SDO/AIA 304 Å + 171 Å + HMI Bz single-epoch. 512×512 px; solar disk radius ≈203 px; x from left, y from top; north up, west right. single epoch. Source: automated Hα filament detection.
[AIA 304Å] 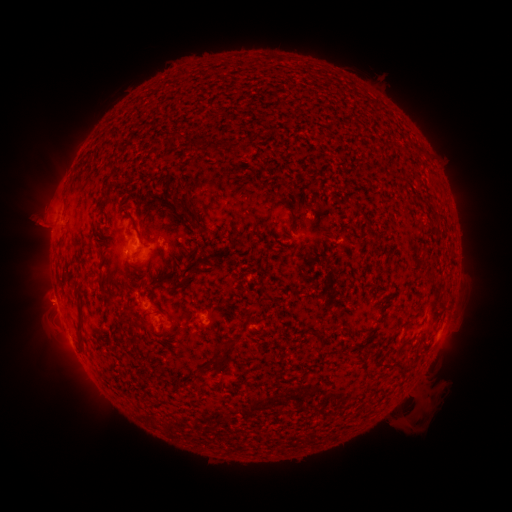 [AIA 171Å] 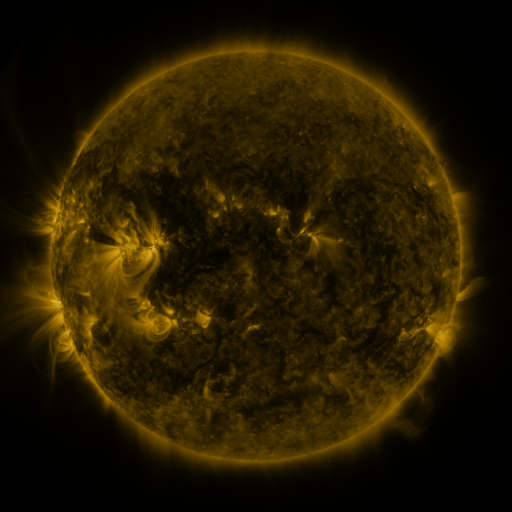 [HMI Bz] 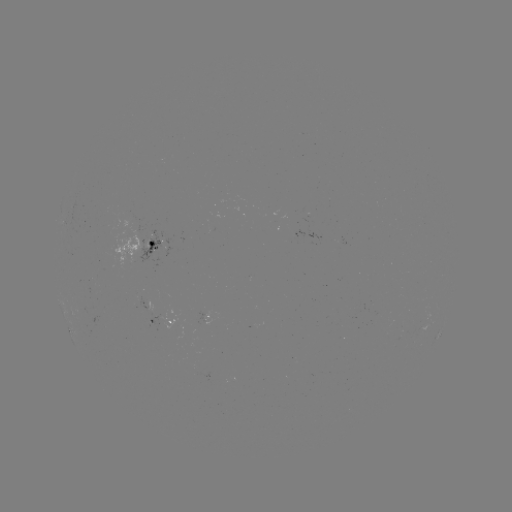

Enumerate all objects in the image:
filament: (237, 148)
filament: (241, 191)
filament: (362, 210)
filament: (188, 213)
filament: (196, 266)
filament: (81, 315)
filament: (322, 341)
filament: (228, 354)
